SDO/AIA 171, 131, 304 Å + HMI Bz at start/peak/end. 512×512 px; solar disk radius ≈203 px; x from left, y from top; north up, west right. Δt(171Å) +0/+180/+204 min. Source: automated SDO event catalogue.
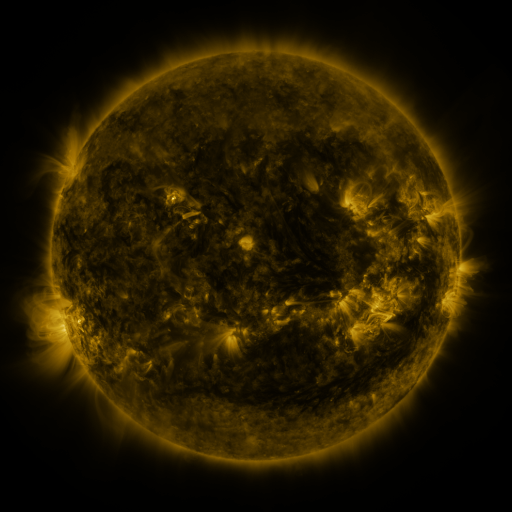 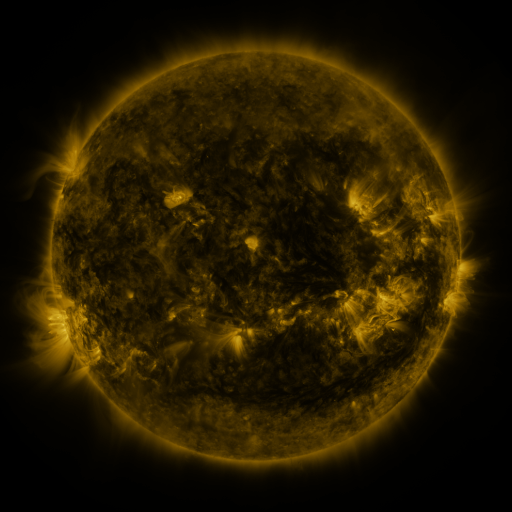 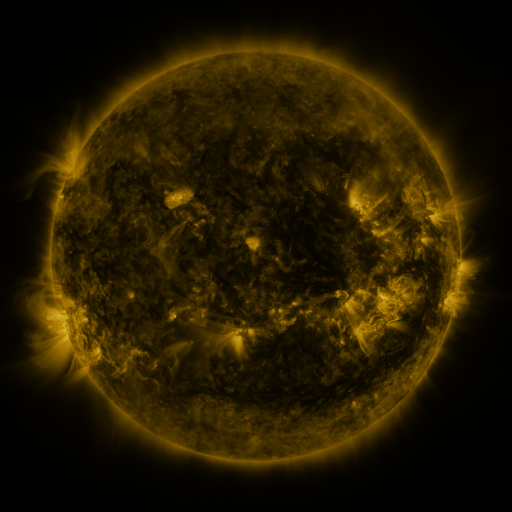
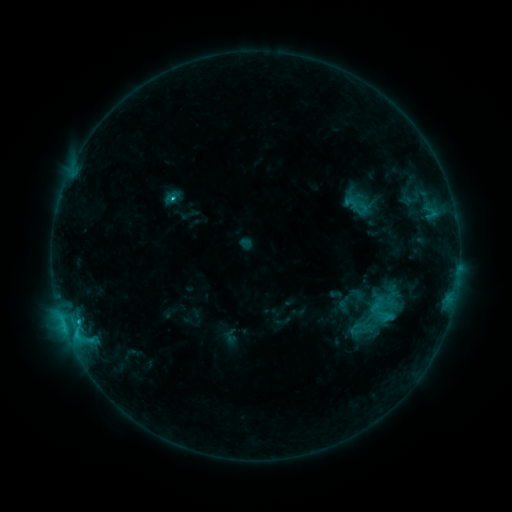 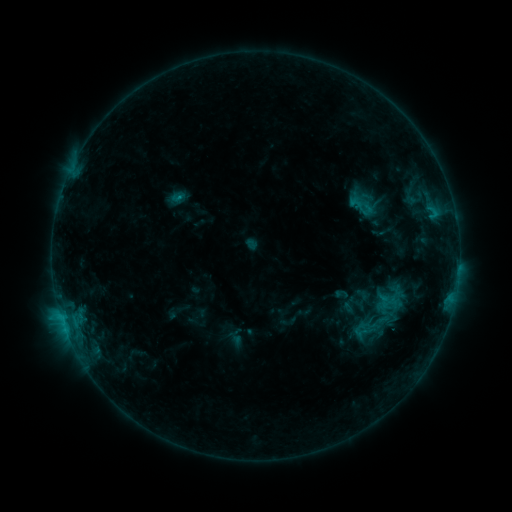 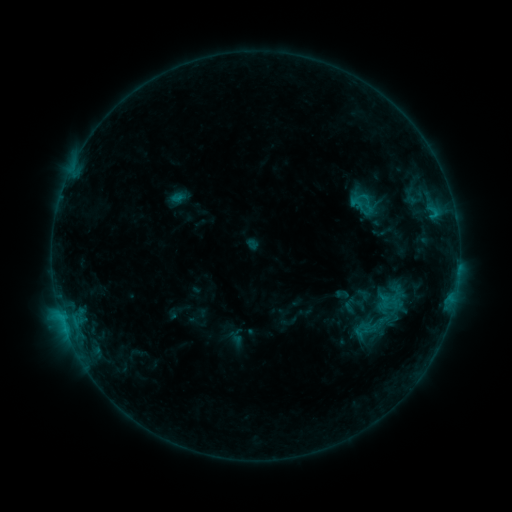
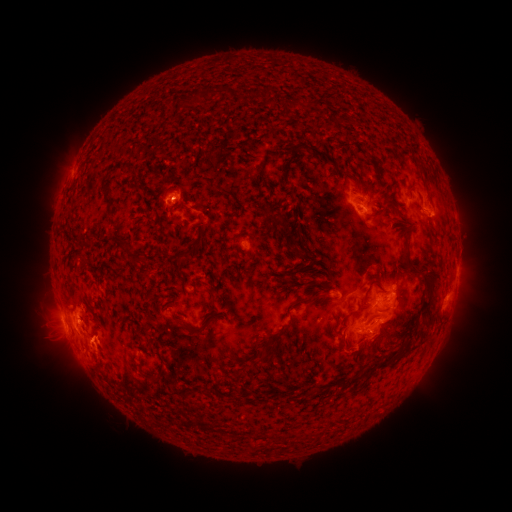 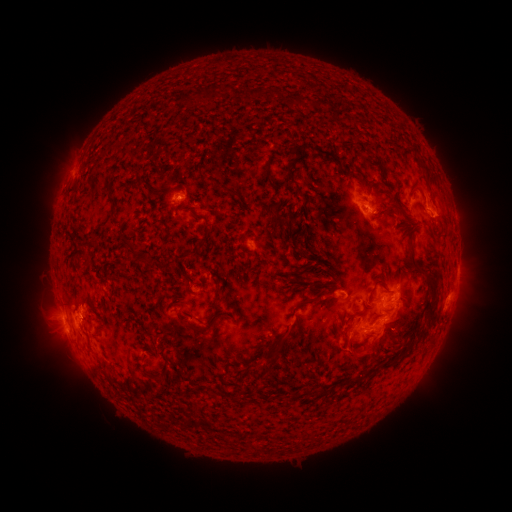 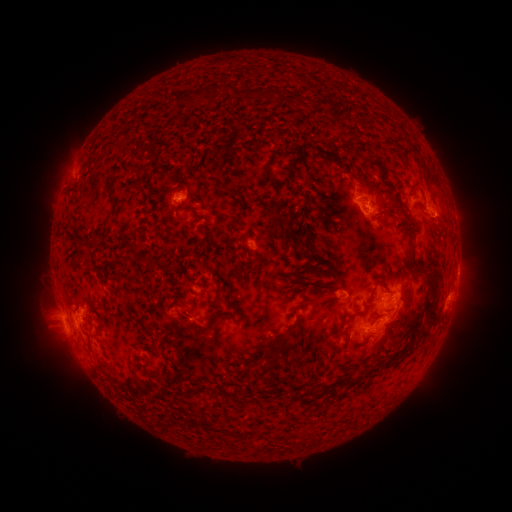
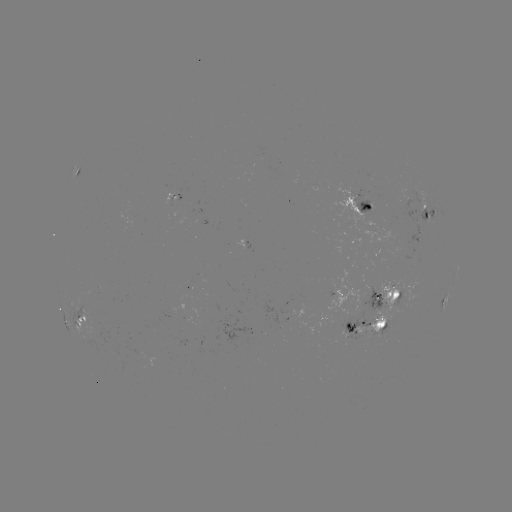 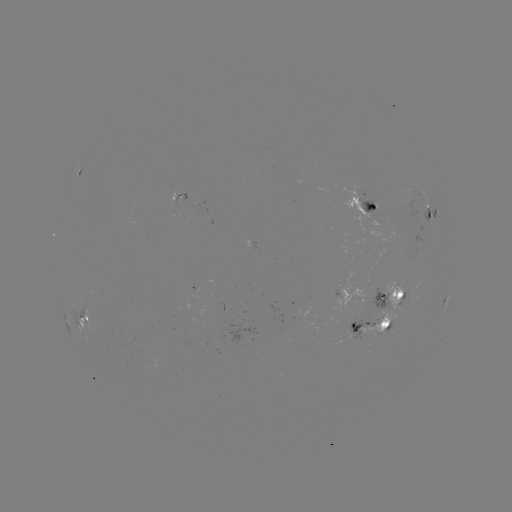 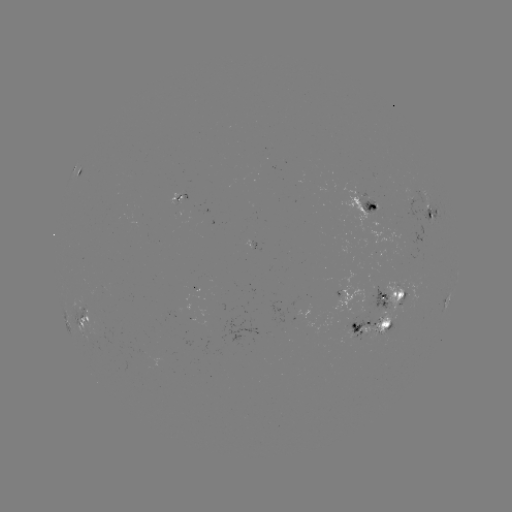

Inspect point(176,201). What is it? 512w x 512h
emerging-flux region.